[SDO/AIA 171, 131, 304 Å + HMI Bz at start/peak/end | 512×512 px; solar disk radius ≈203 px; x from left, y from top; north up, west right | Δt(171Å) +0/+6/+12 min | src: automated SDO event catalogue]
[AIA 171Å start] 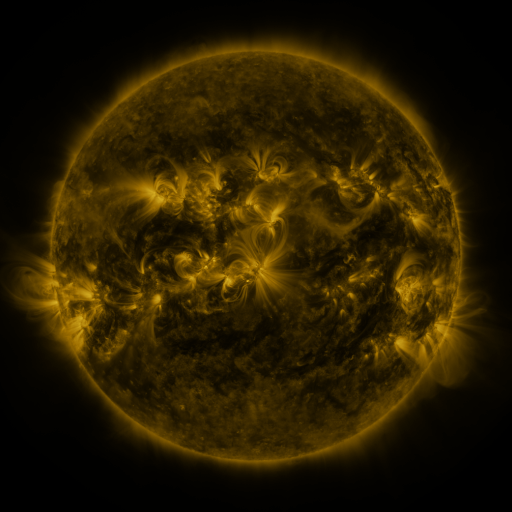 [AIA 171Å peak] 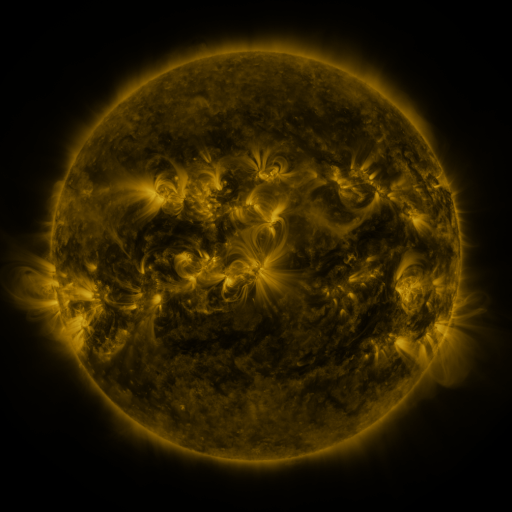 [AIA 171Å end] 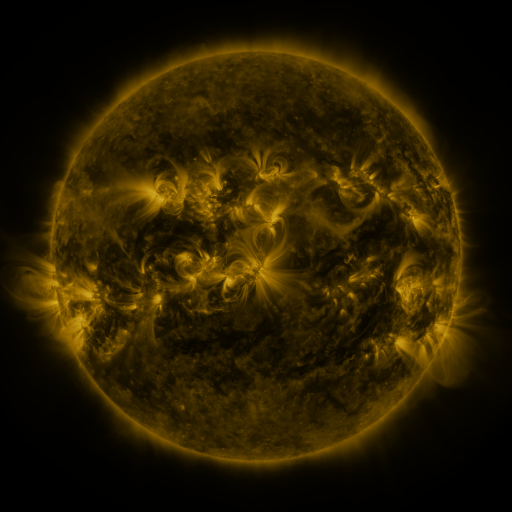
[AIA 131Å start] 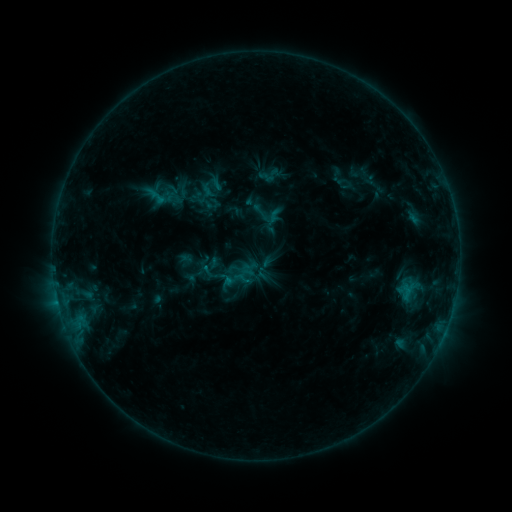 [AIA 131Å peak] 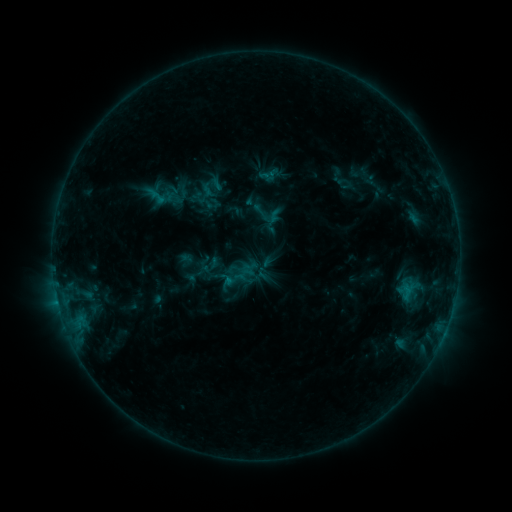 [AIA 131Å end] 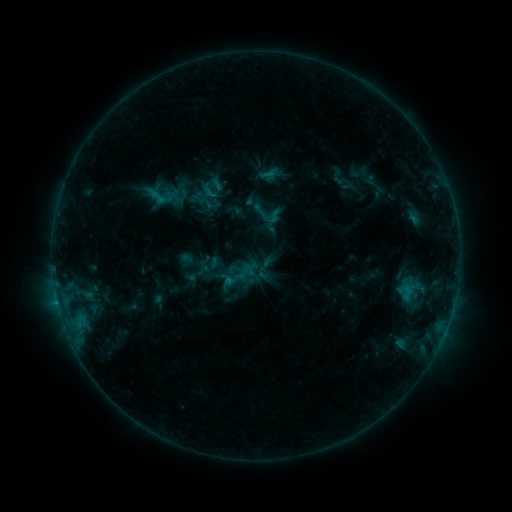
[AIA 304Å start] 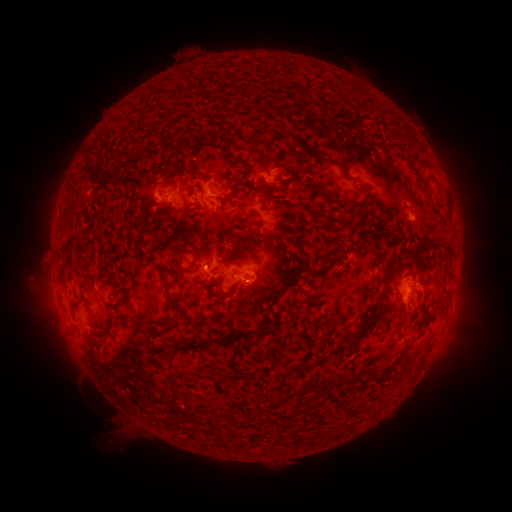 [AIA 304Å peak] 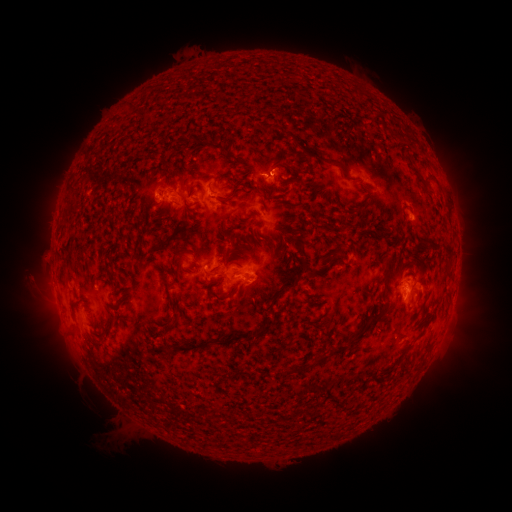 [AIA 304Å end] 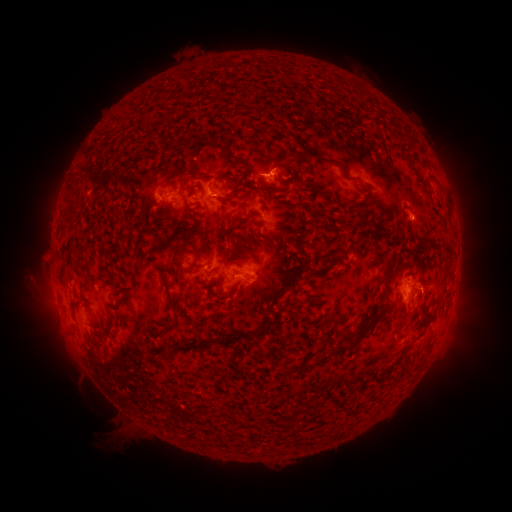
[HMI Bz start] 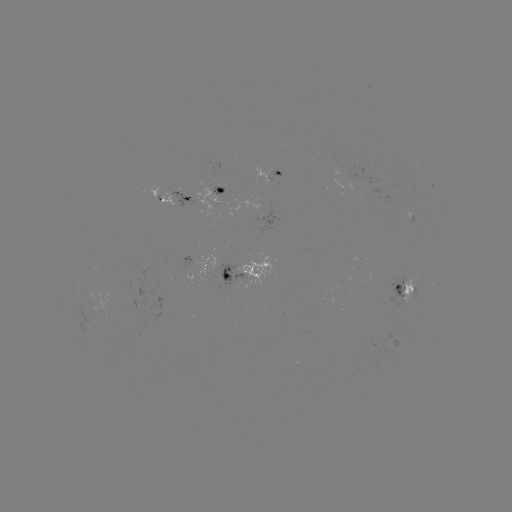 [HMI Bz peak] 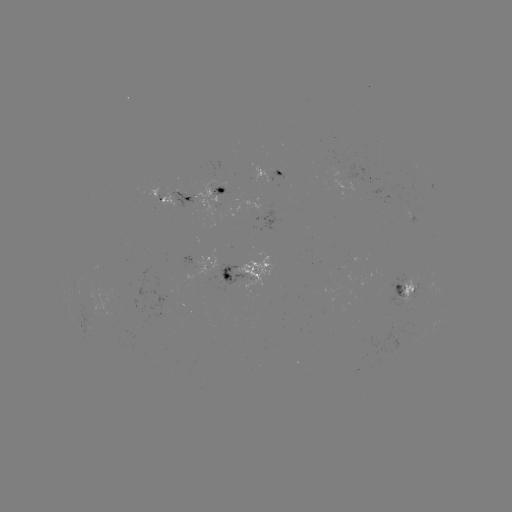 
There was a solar flare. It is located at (269, 175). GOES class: B6.1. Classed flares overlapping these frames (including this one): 2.